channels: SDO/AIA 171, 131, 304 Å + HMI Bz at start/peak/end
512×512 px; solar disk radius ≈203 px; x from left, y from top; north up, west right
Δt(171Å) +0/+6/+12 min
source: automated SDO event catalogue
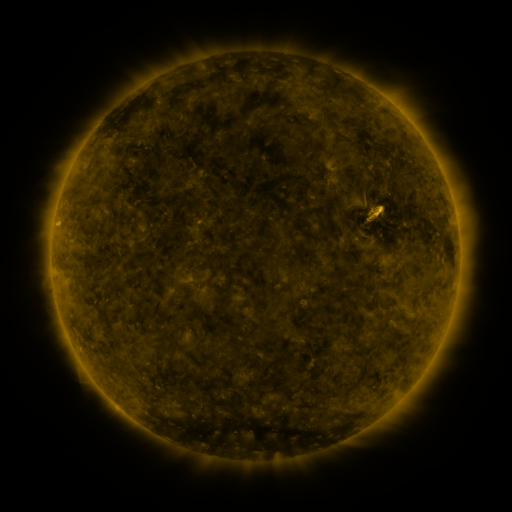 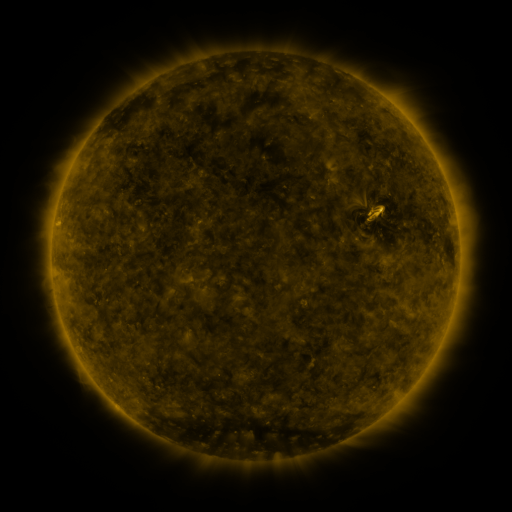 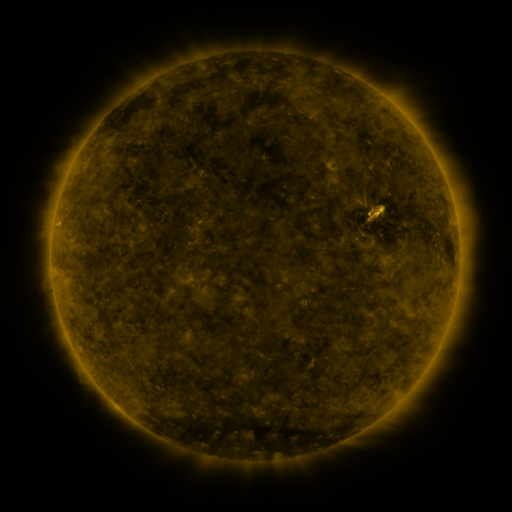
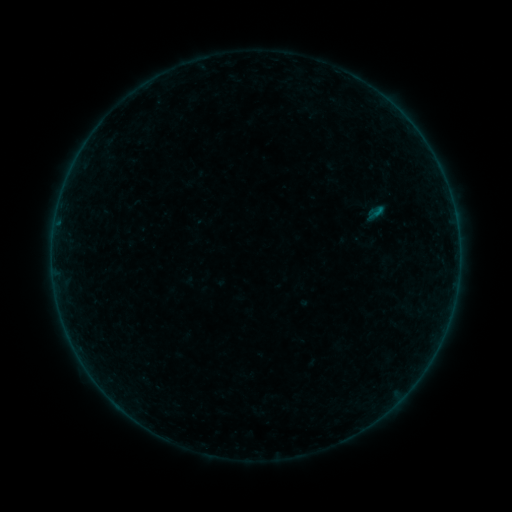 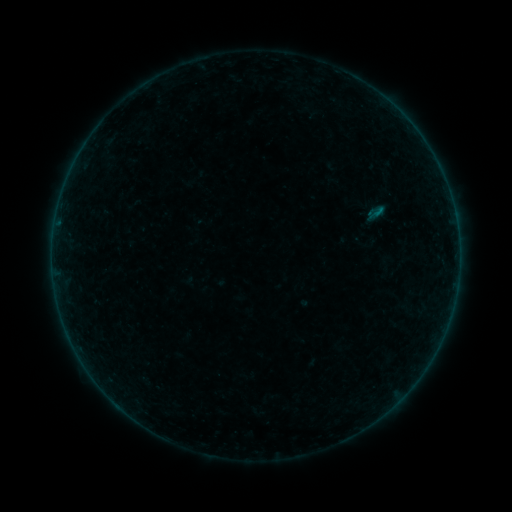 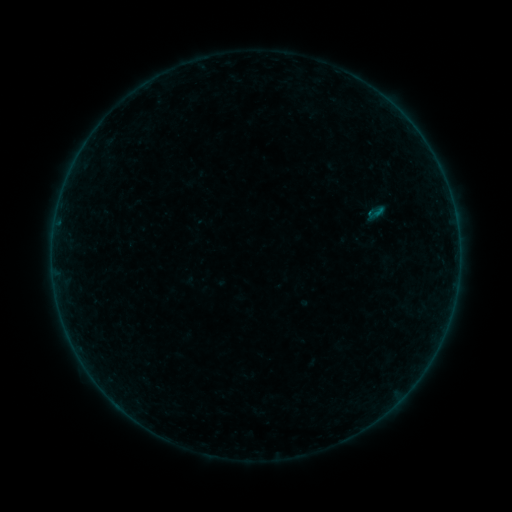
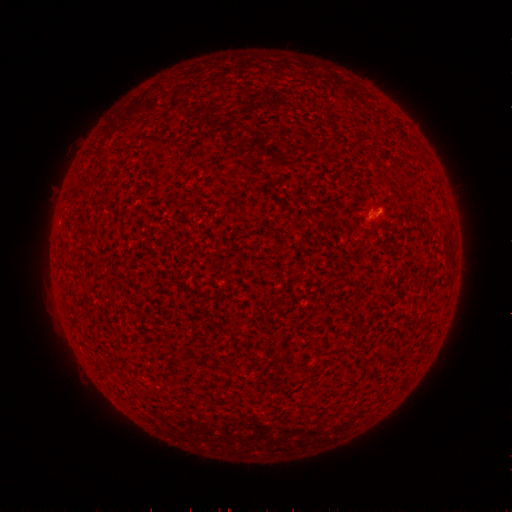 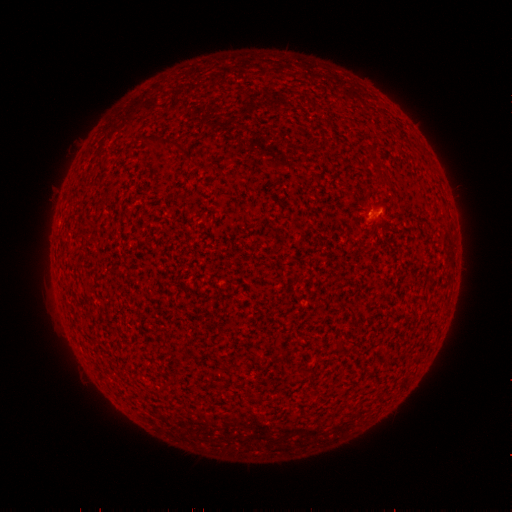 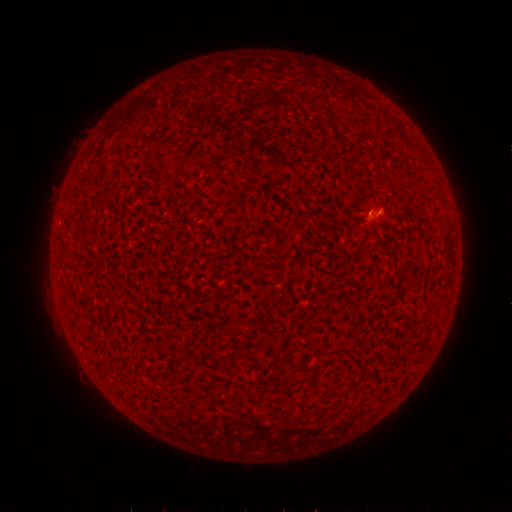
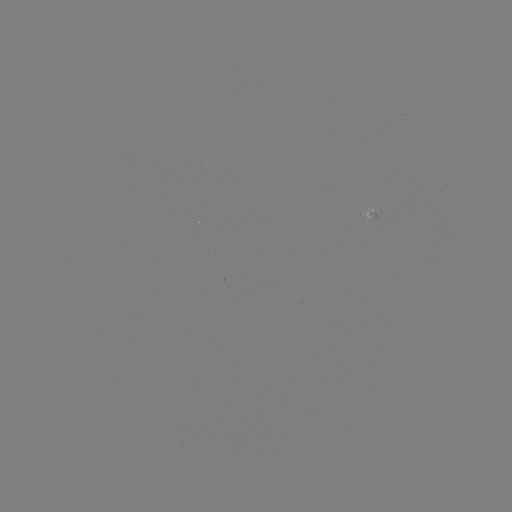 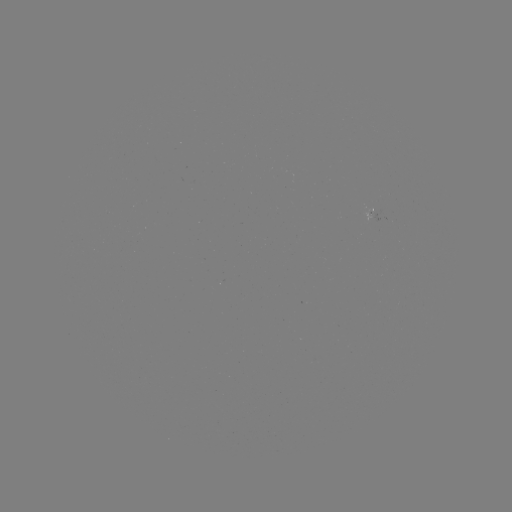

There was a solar flare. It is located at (369, 217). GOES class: B1.4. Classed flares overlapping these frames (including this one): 1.